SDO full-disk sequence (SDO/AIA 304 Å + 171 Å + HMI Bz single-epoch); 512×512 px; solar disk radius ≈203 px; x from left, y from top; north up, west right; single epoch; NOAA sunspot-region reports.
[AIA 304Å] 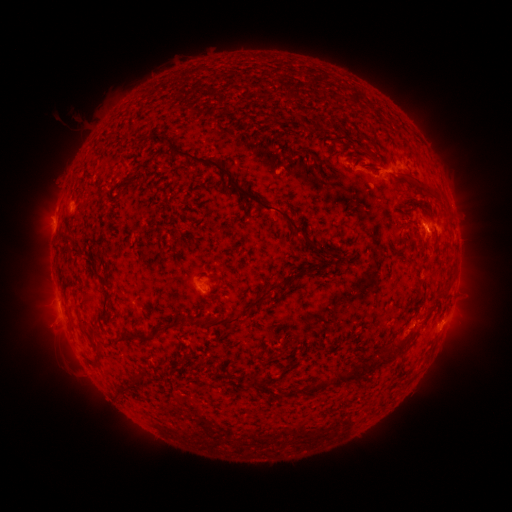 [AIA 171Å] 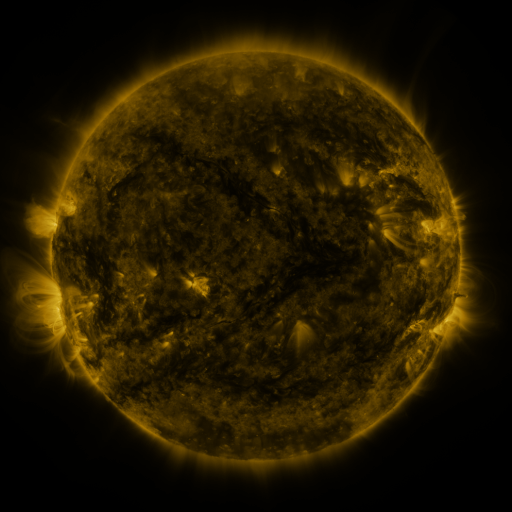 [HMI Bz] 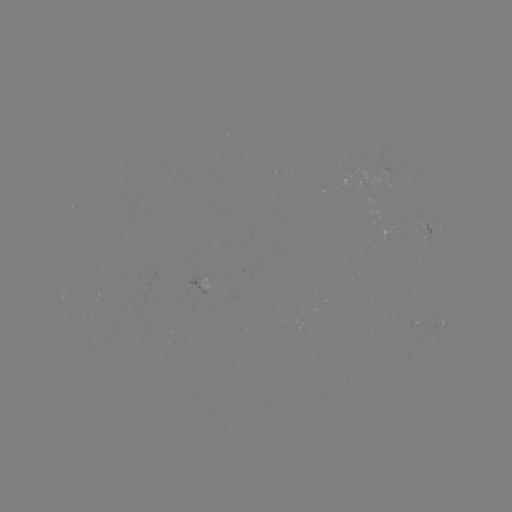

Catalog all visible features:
spotted active region: (429, 228)
spotted active region: (207, 283)
spotted active region: (415, 319)
spotted active region: (442, 321)
